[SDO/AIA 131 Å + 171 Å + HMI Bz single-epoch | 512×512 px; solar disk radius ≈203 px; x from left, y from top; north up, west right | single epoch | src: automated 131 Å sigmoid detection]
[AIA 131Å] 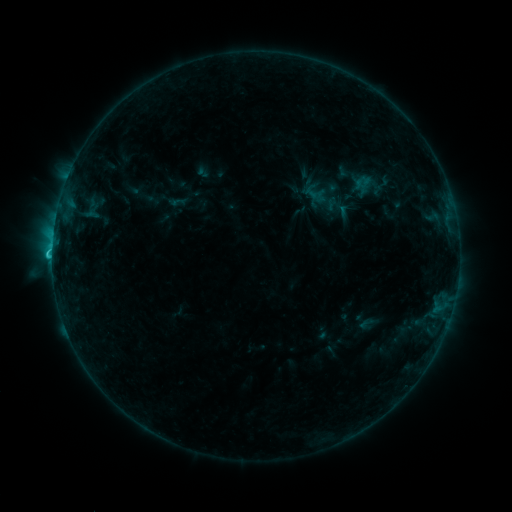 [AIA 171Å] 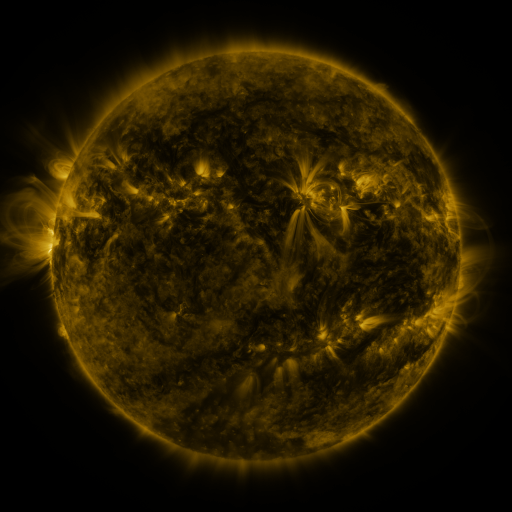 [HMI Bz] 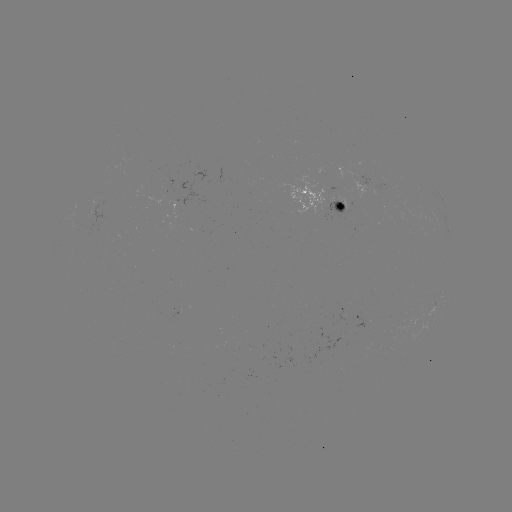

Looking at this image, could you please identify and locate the sigmoid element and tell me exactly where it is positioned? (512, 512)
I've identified sigmoid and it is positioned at (364, 184).